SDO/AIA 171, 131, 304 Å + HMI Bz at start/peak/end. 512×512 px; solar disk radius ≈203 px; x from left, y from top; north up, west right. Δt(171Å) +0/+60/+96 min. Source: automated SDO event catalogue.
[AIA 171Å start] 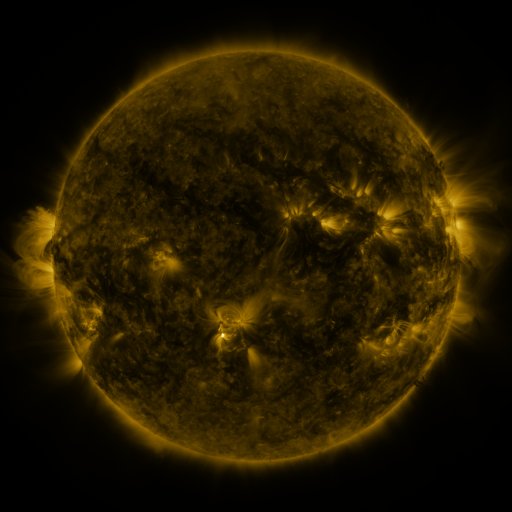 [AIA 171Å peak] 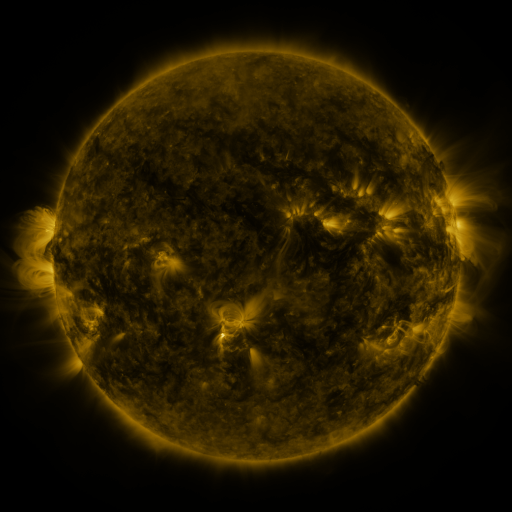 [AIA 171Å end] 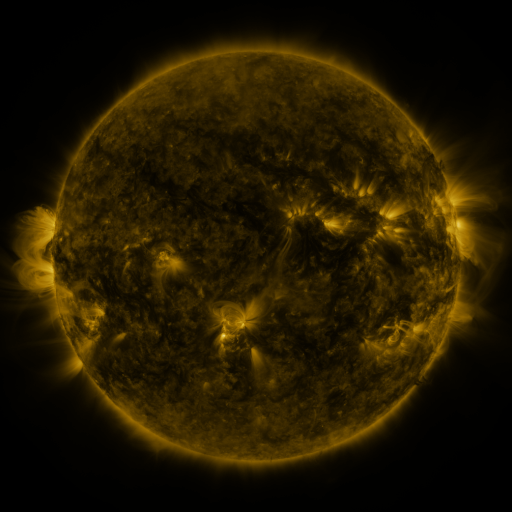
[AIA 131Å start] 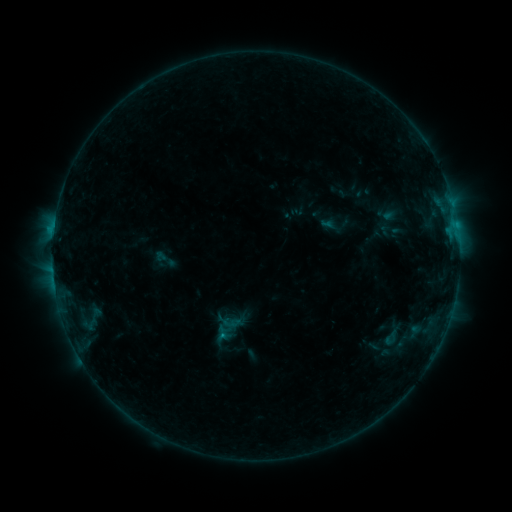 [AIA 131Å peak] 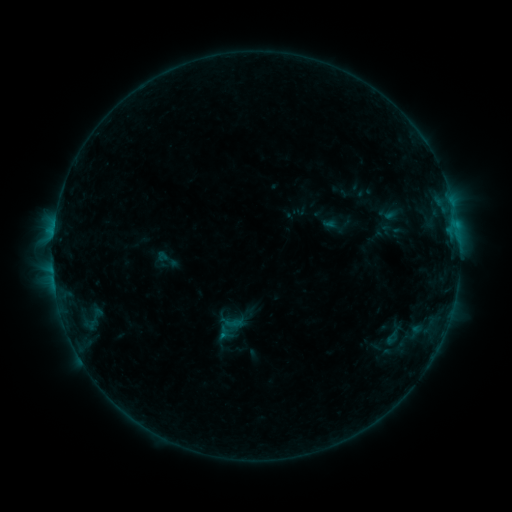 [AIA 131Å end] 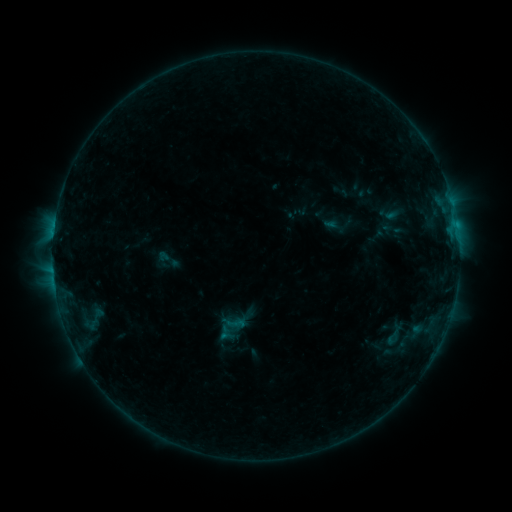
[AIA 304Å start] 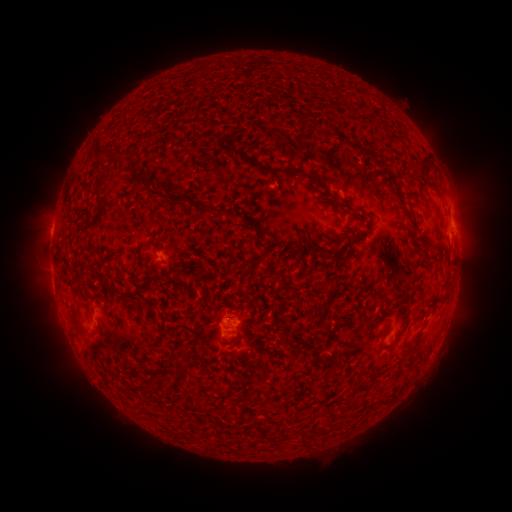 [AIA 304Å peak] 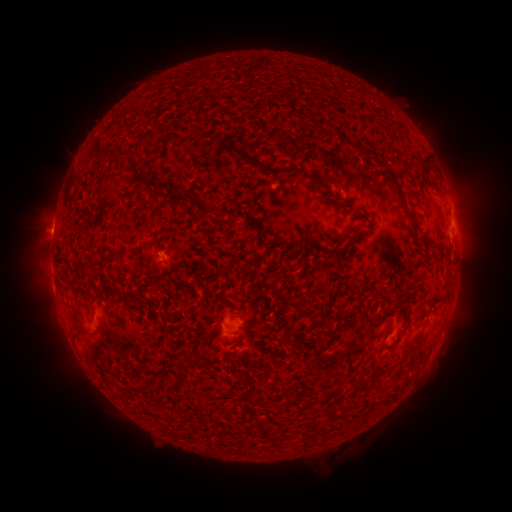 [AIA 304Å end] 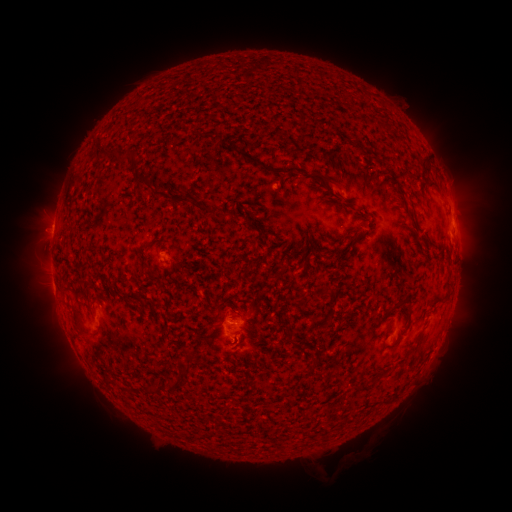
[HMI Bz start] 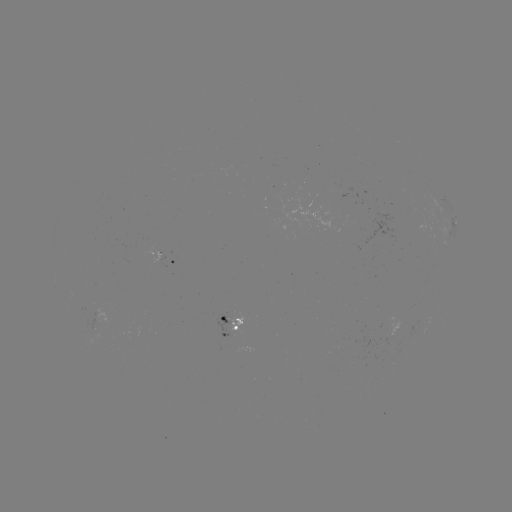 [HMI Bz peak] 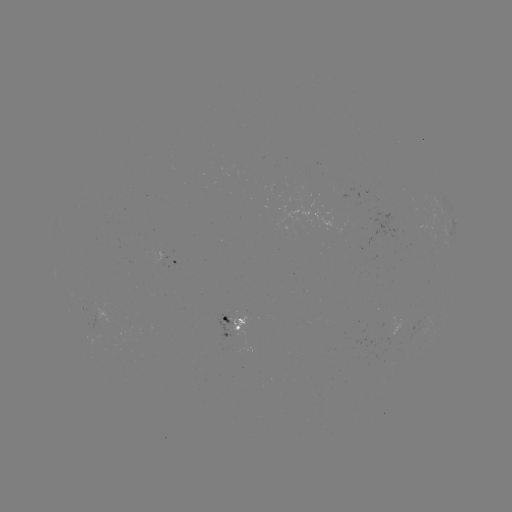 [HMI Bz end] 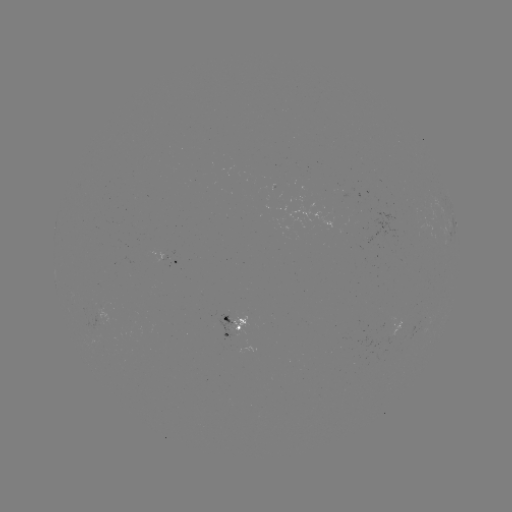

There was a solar emerging-flux region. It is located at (100, 312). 